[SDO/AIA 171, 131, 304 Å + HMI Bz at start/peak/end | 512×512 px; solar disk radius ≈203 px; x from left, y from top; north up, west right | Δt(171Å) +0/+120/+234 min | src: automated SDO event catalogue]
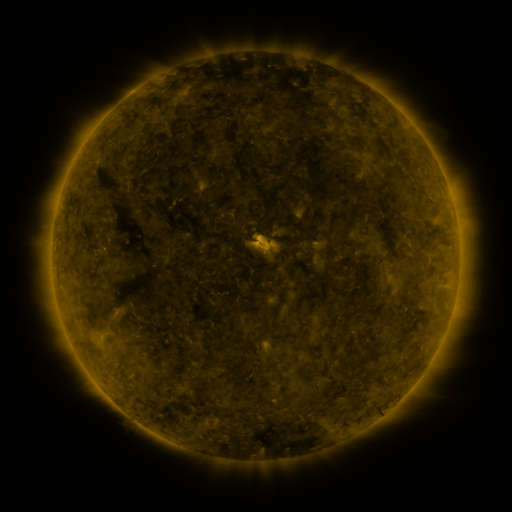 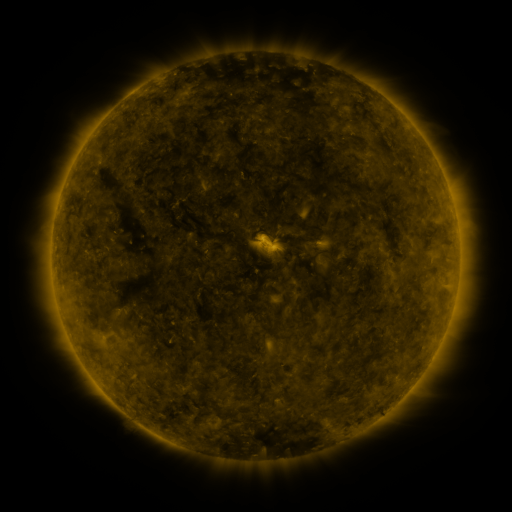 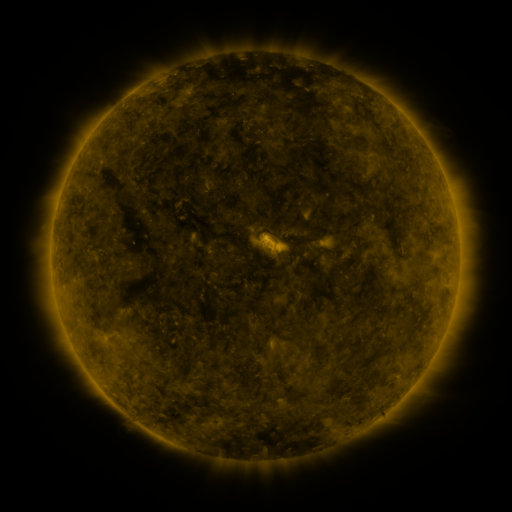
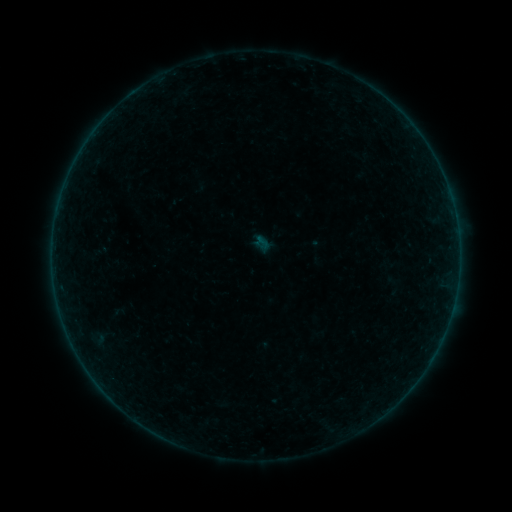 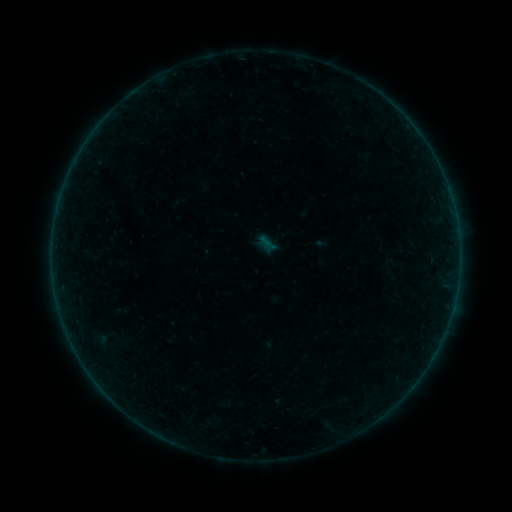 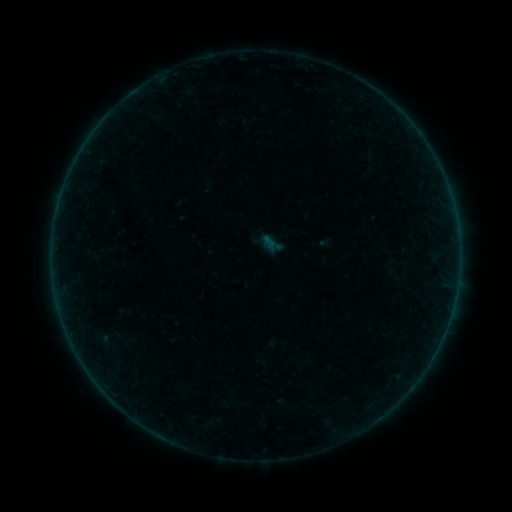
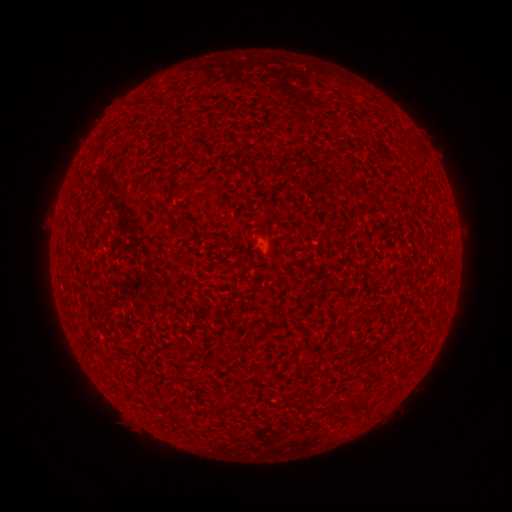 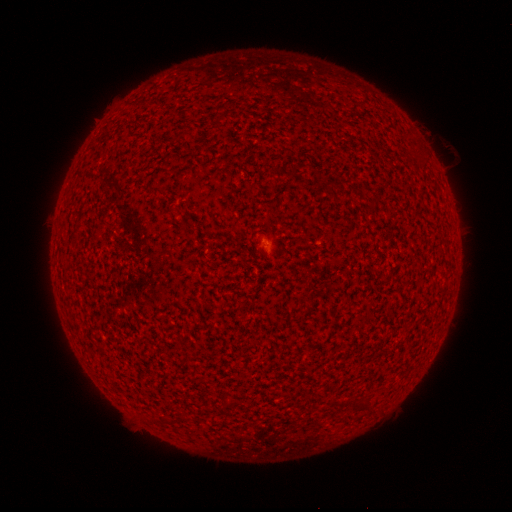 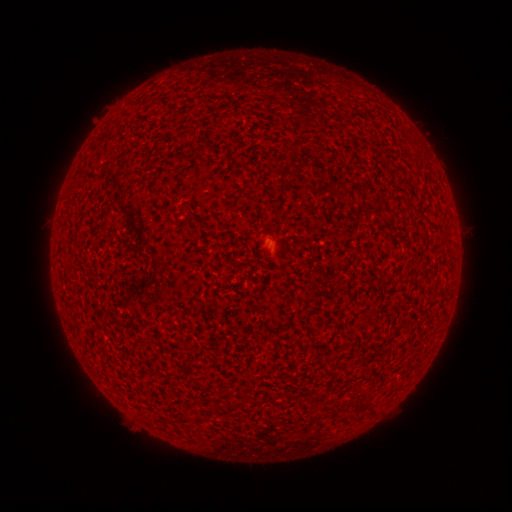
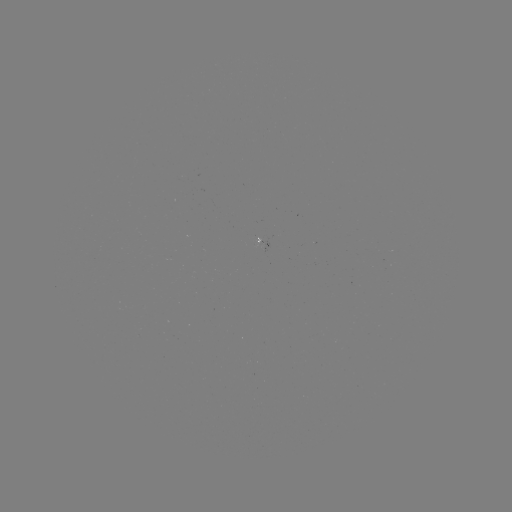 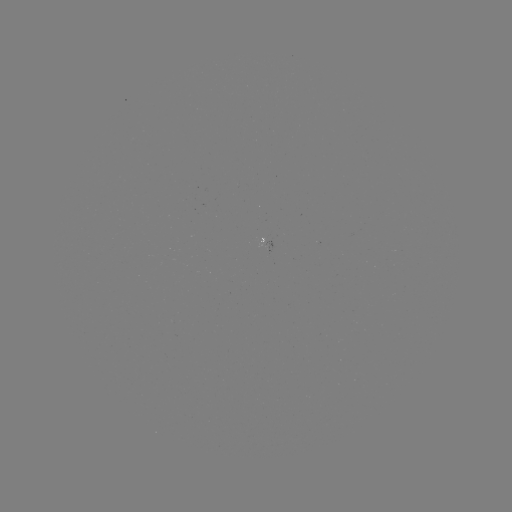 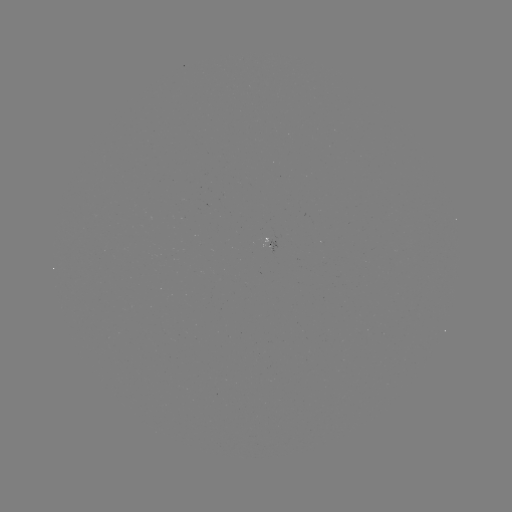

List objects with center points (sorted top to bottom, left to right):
filament eruption: (447, 150)
